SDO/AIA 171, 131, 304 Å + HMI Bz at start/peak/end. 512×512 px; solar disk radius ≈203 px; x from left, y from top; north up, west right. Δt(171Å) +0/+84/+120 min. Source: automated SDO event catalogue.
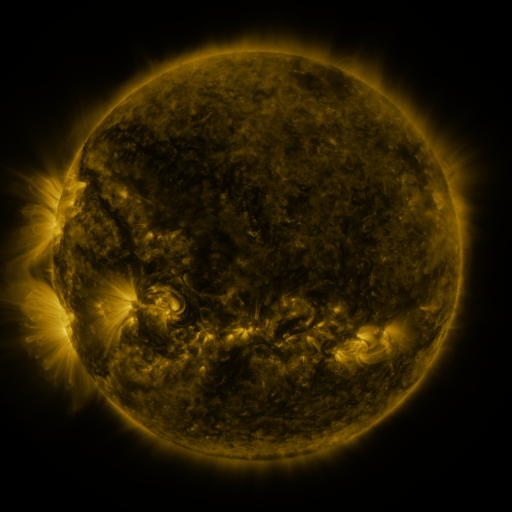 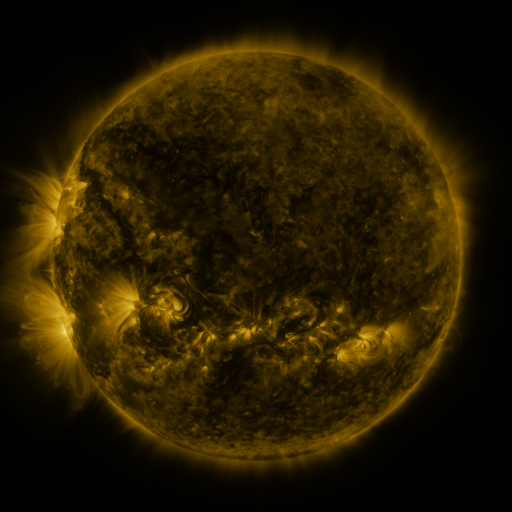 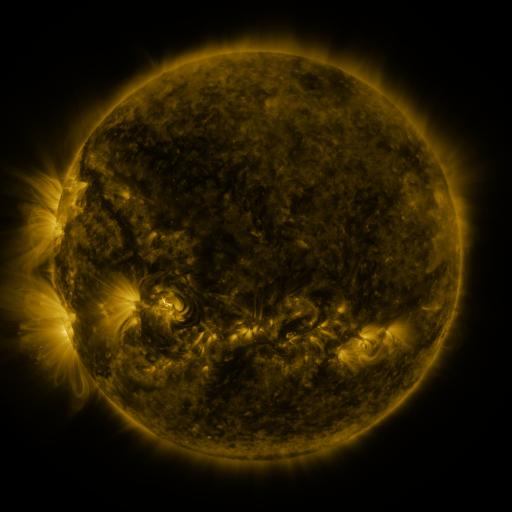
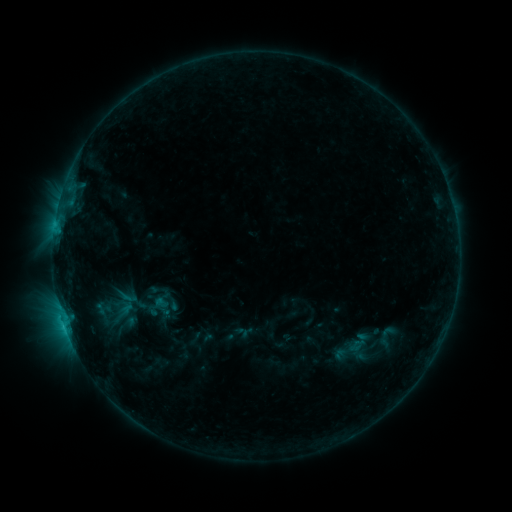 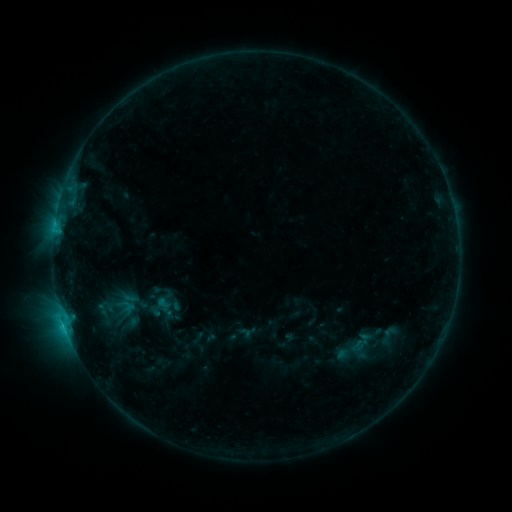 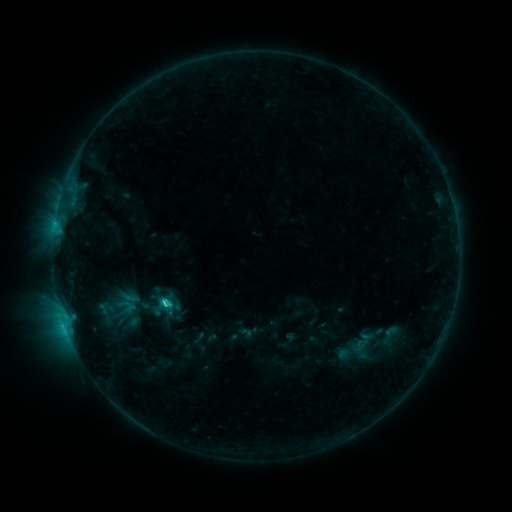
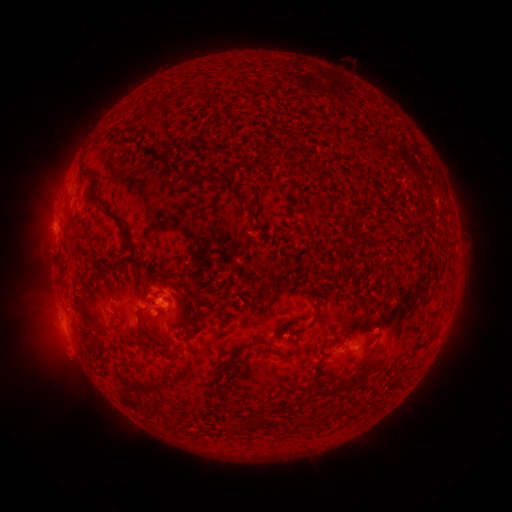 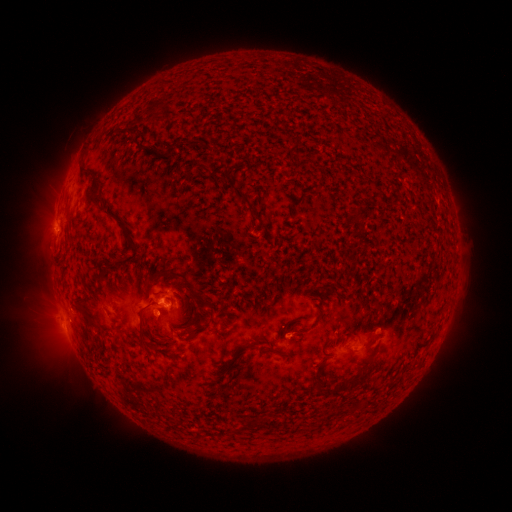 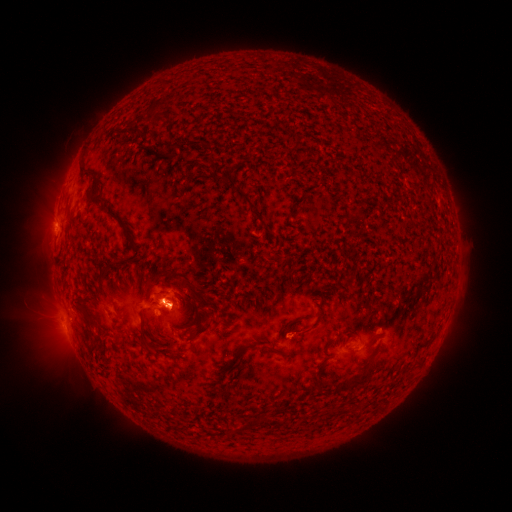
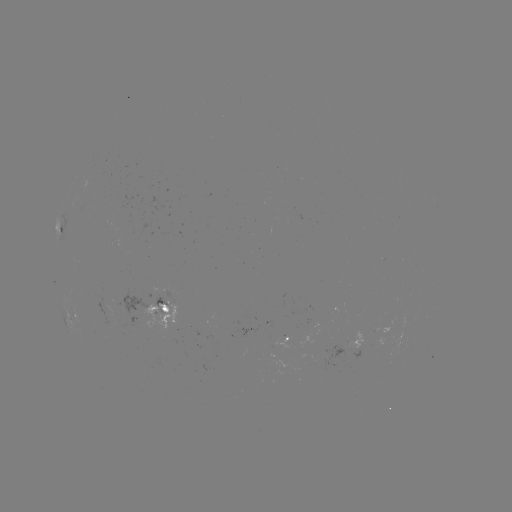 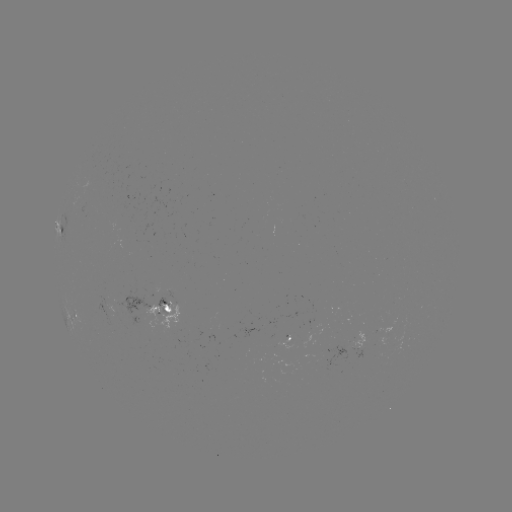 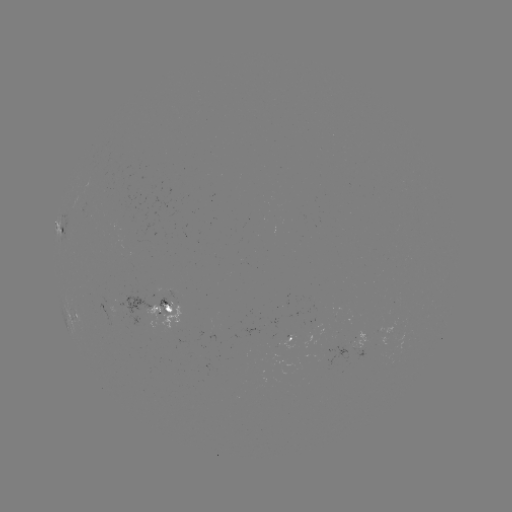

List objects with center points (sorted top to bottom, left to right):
emerging-flux region: (164, 292)
